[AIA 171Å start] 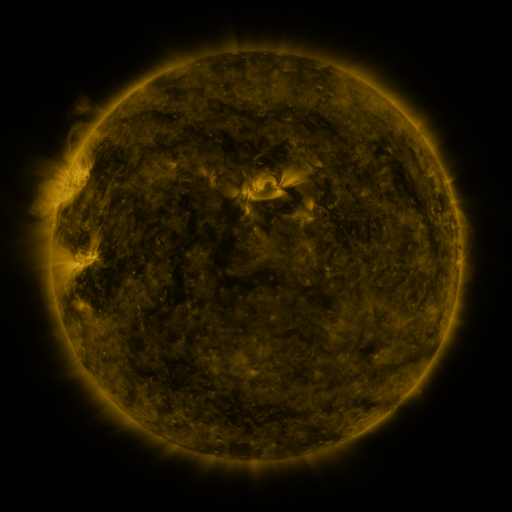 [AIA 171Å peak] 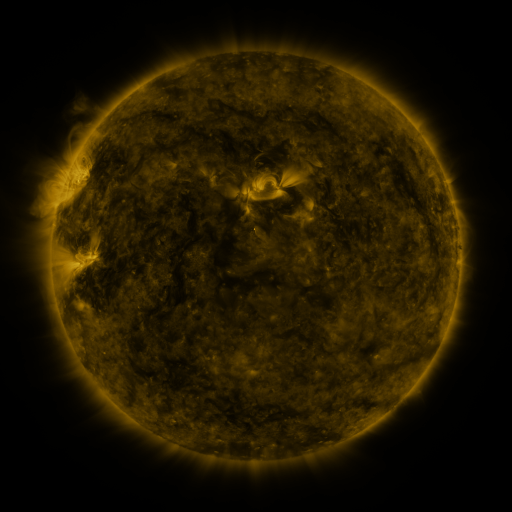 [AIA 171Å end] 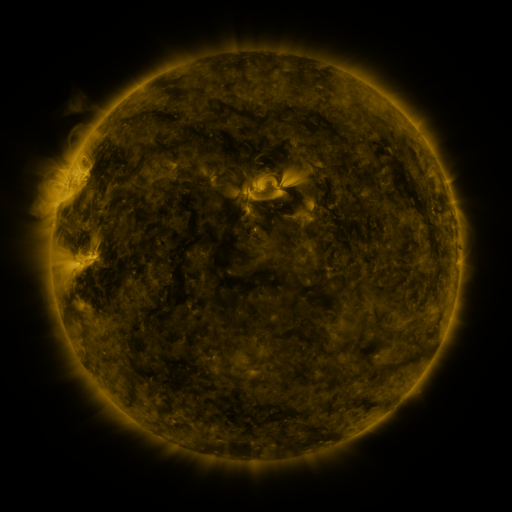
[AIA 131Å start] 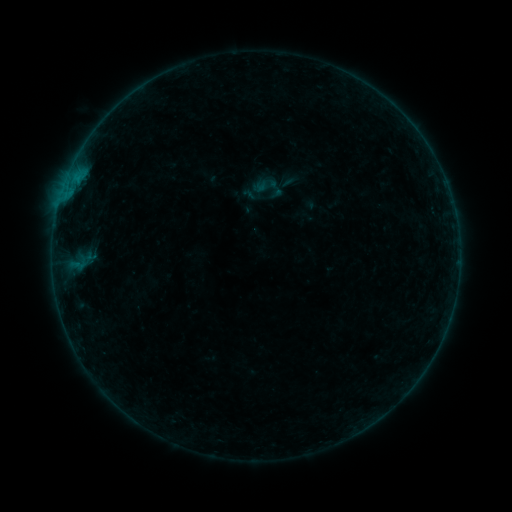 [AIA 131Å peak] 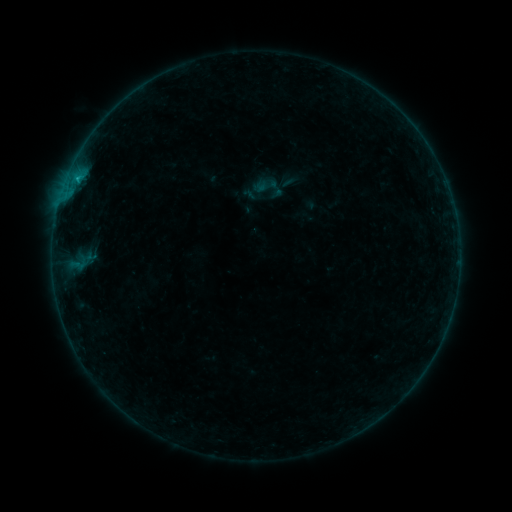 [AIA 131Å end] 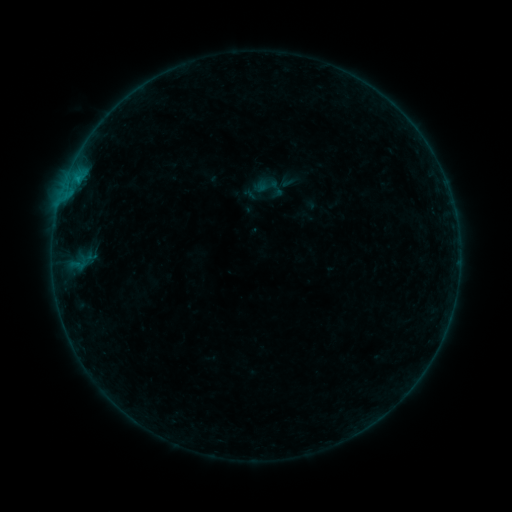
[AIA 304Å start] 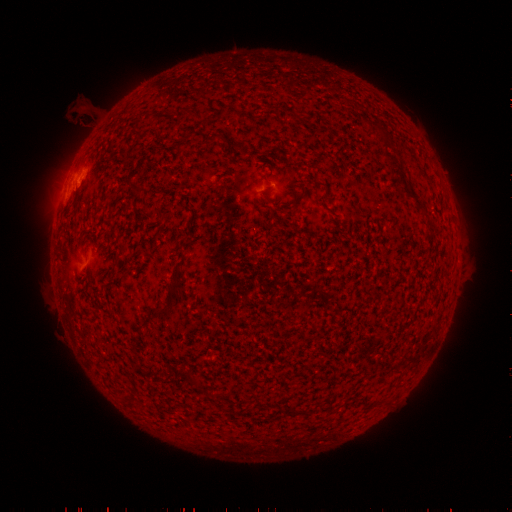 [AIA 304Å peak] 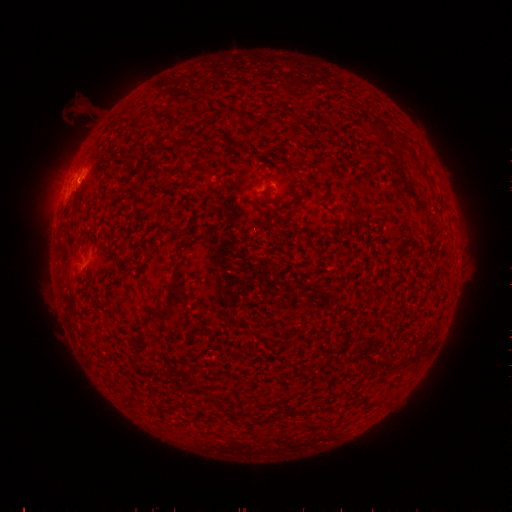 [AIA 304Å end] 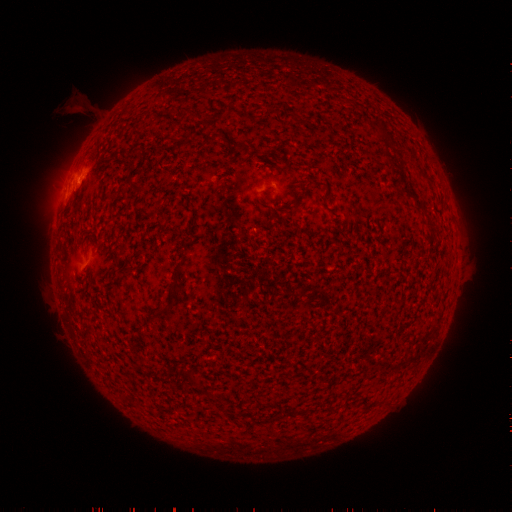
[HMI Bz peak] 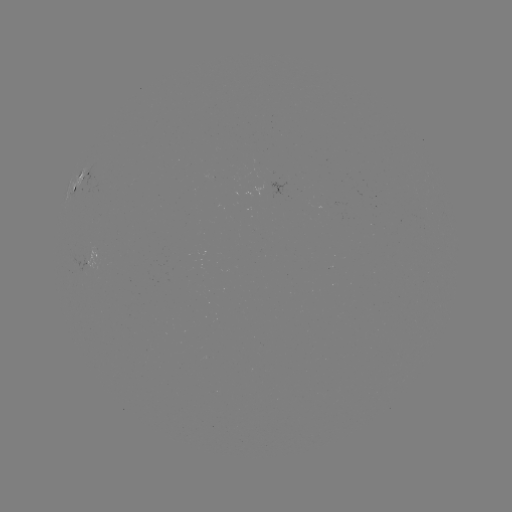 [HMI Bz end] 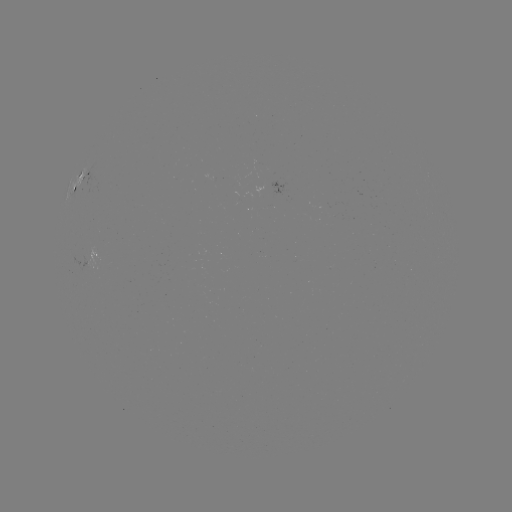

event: flare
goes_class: B3.7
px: (77, 181)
